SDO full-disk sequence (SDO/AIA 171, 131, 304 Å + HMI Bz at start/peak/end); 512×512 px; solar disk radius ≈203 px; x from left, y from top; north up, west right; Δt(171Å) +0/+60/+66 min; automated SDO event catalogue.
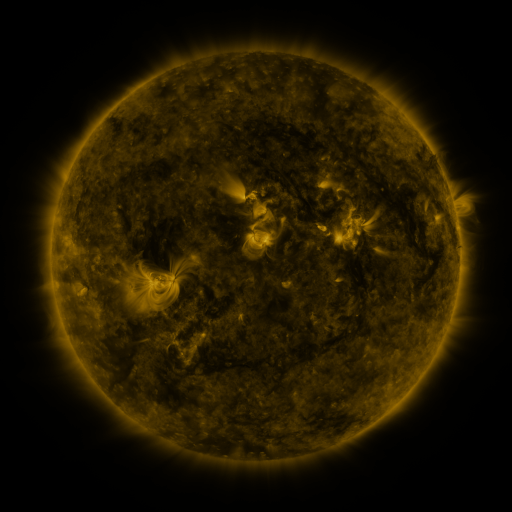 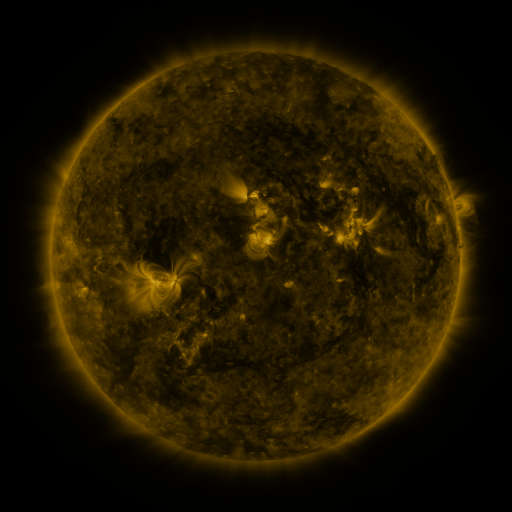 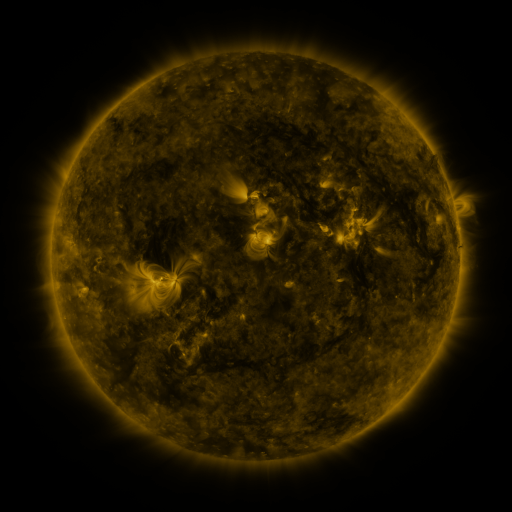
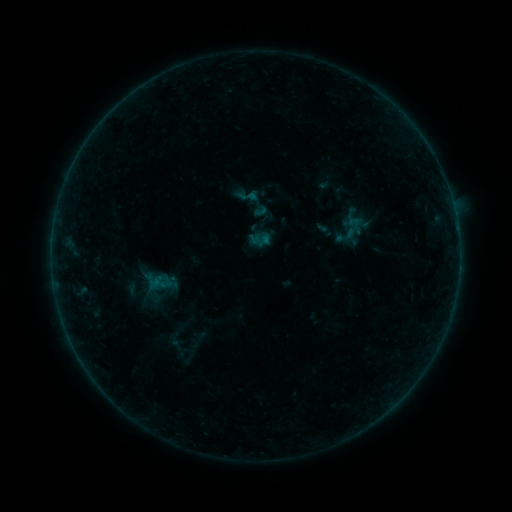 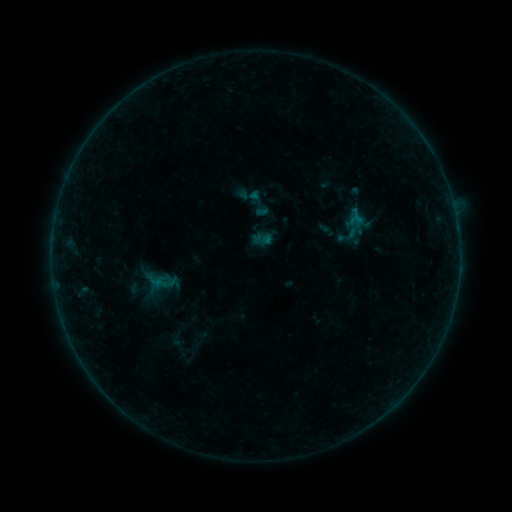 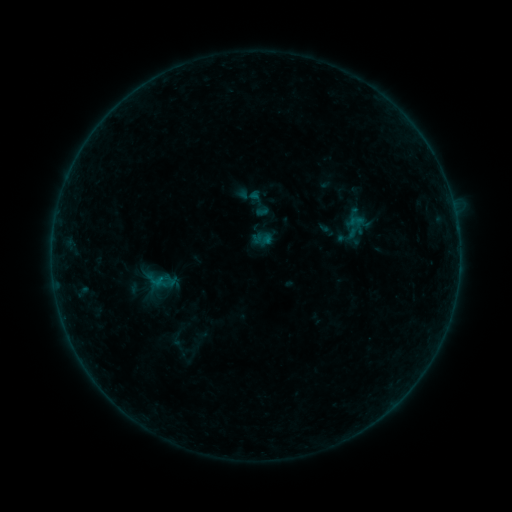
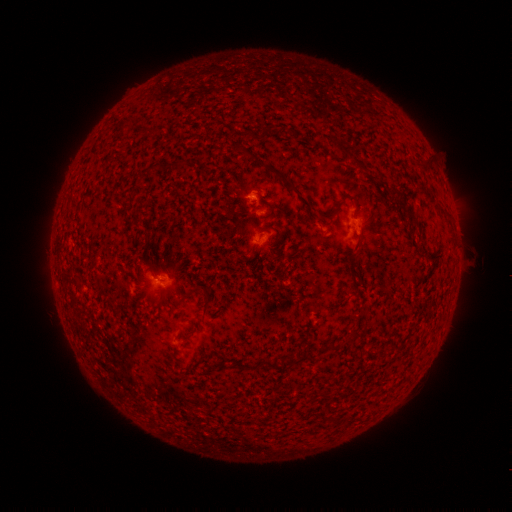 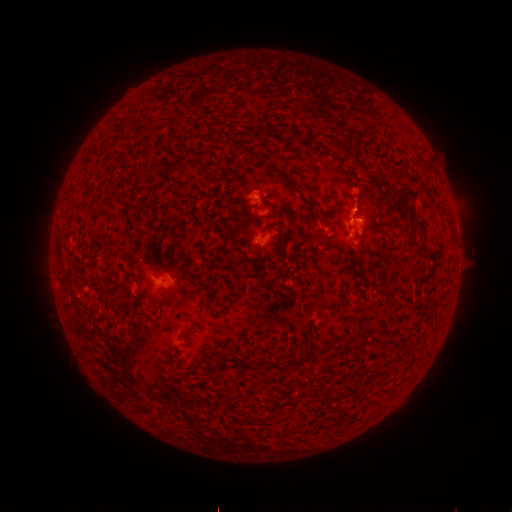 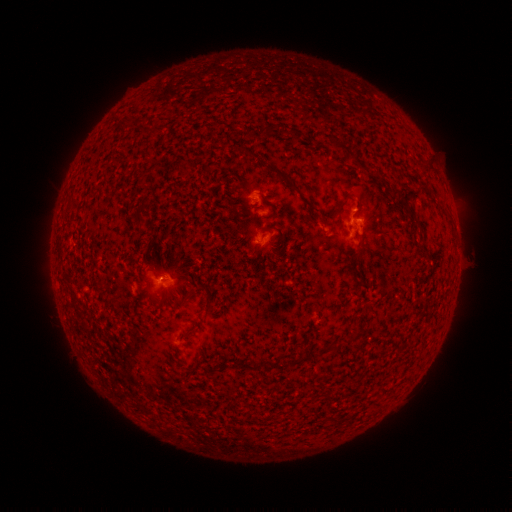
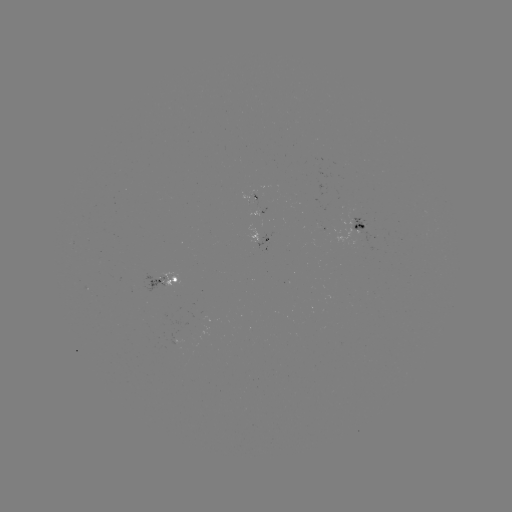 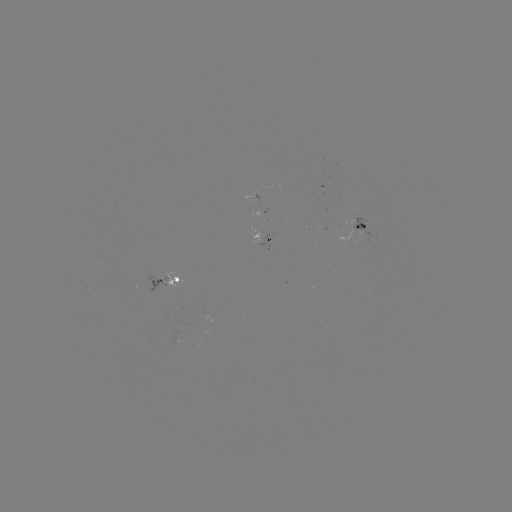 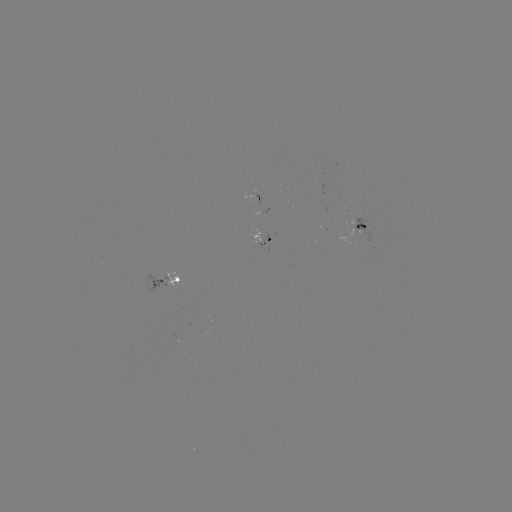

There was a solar flare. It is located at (353, 219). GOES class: B2.9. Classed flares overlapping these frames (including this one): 1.